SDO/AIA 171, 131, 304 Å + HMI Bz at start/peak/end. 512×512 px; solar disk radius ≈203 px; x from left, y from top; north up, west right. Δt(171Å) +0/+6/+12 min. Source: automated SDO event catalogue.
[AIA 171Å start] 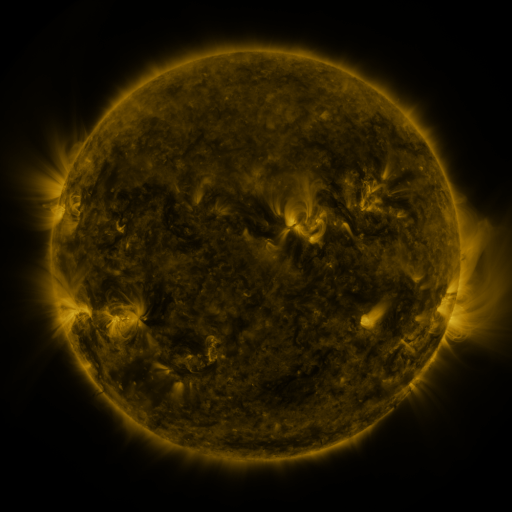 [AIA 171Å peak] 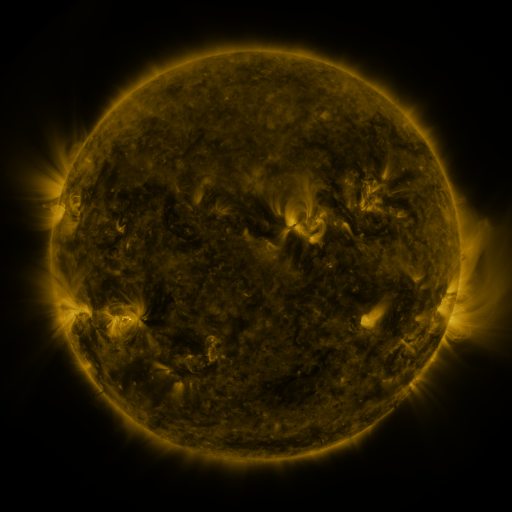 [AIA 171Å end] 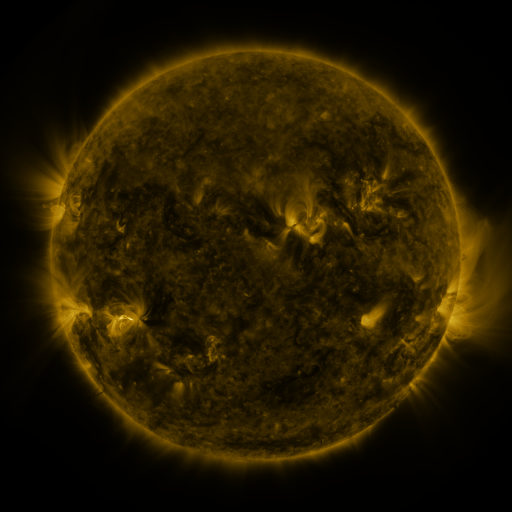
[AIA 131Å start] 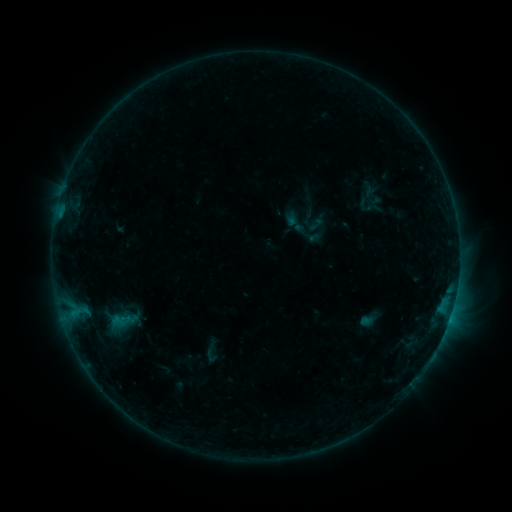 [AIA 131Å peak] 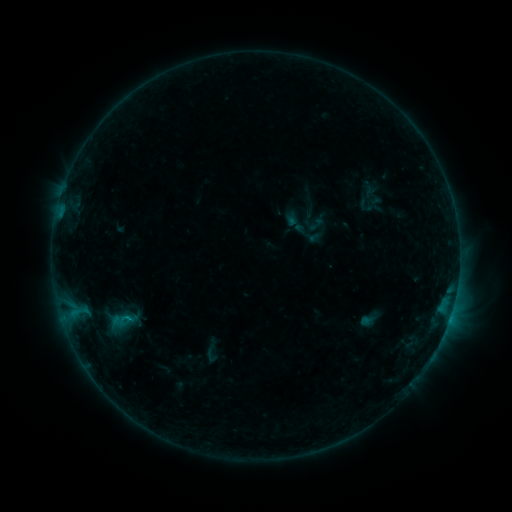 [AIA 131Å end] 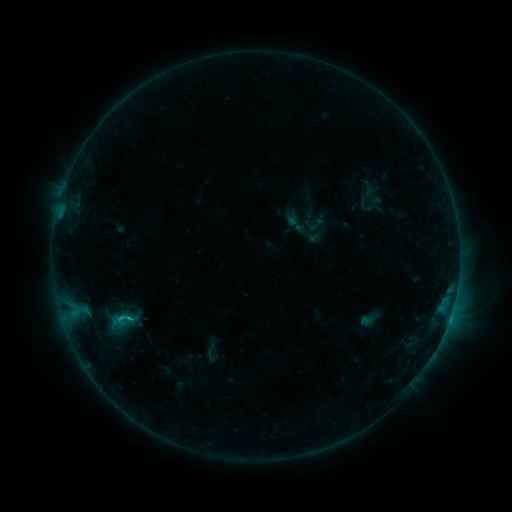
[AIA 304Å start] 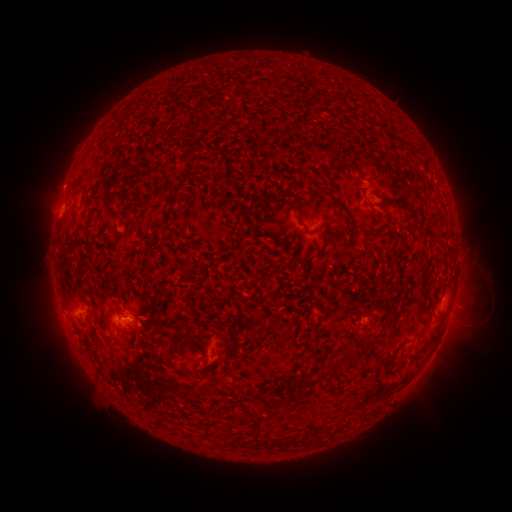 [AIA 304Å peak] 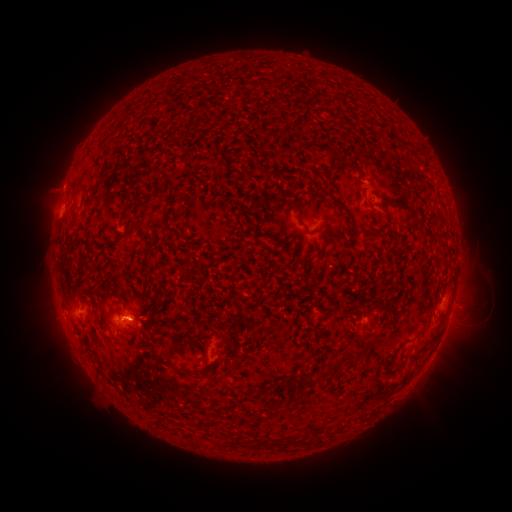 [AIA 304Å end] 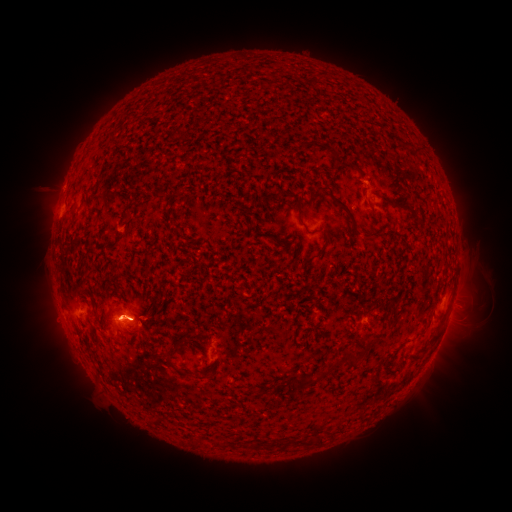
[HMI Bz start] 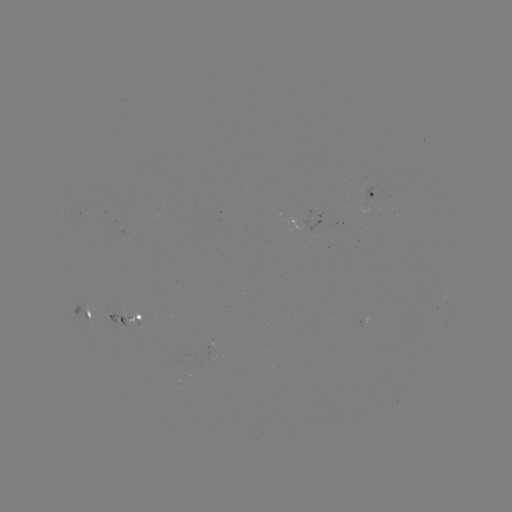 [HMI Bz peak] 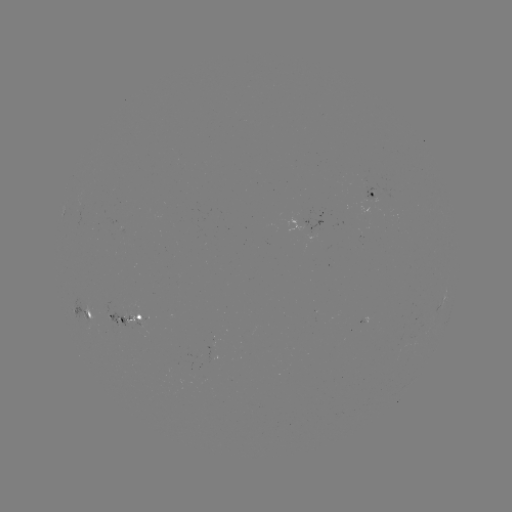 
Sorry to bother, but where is eruption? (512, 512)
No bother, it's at (120, 314).